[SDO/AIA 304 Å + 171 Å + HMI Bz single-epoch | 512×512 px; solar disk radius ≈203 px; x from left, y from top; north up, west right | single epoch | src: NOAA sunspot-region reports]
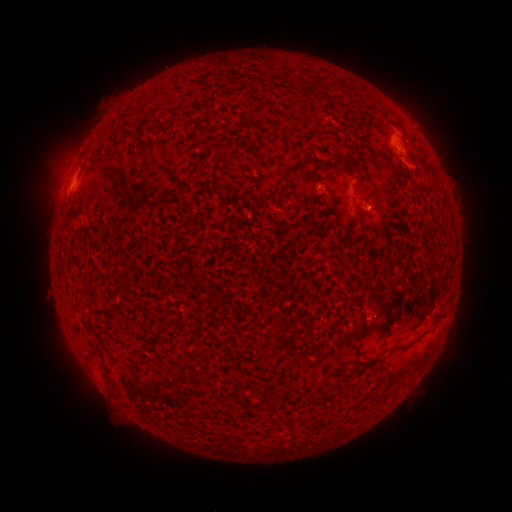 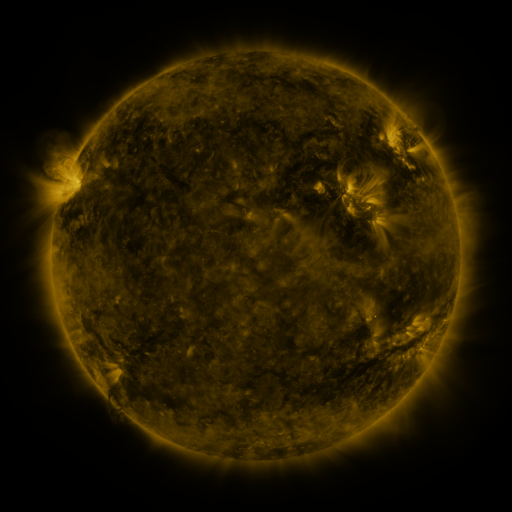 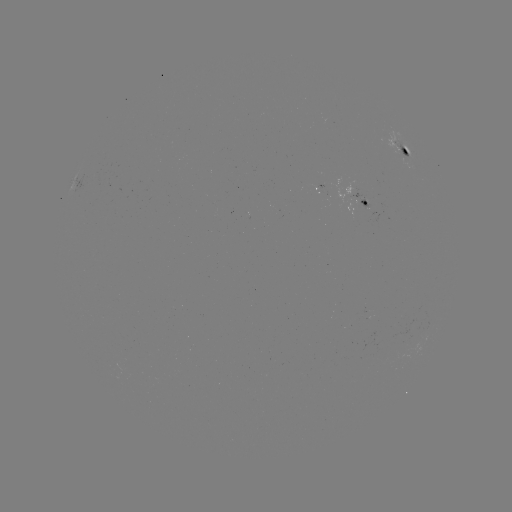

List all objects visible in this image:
spotted active region: (404, 150)
spotted active region: (363, 204)
